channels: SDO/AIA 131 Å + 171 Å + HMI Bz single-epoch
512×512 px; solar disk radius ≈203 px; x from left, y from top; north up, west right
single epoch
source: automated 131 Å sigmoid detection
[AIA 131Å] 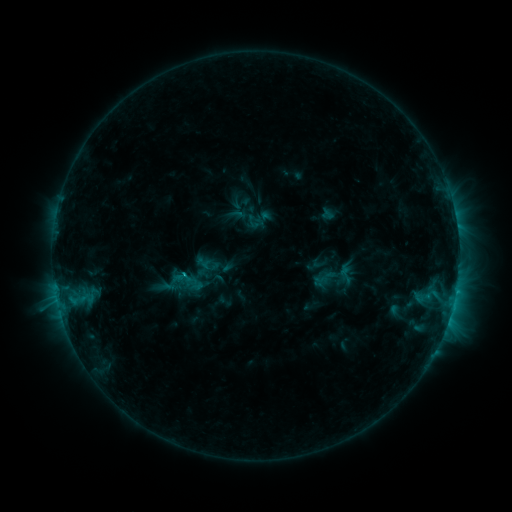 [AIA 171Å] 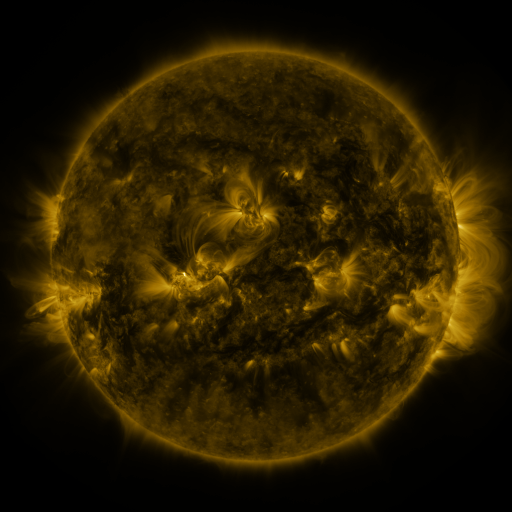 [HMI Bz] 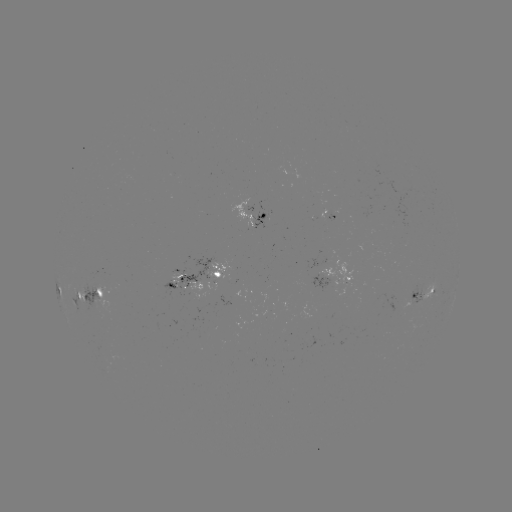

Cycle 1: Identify sigmoid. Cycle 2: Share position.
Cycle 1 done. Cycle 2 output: [179, 284].